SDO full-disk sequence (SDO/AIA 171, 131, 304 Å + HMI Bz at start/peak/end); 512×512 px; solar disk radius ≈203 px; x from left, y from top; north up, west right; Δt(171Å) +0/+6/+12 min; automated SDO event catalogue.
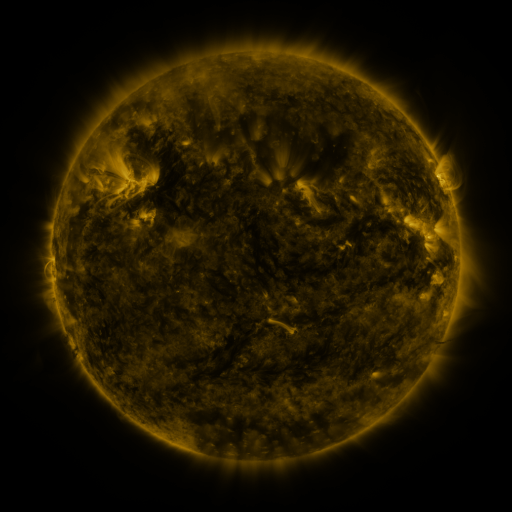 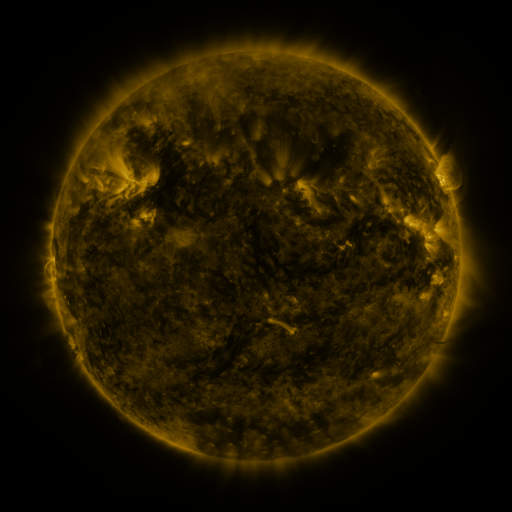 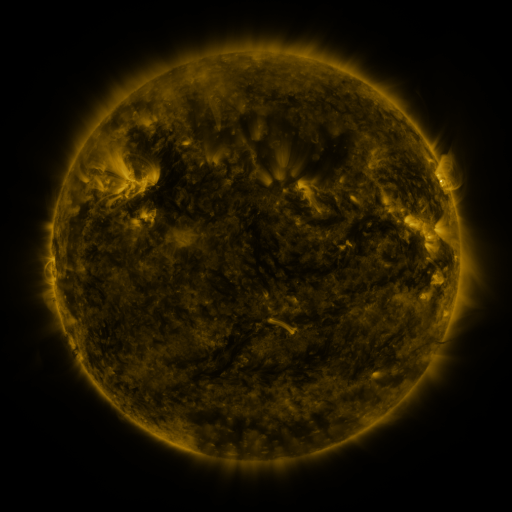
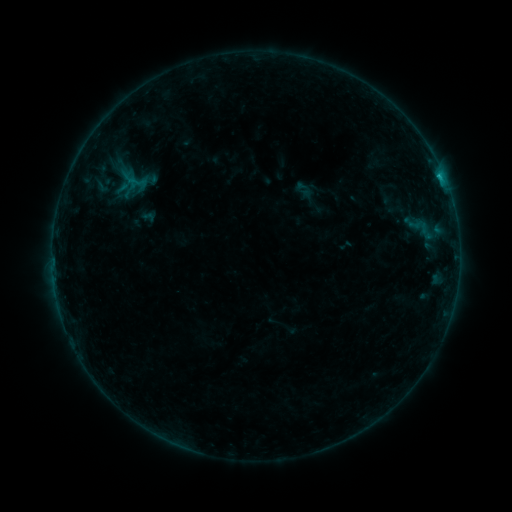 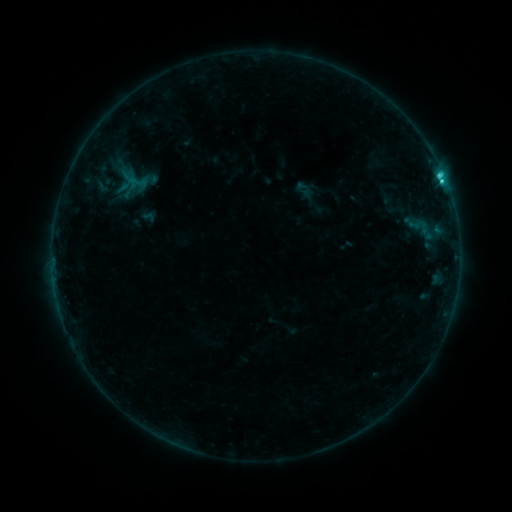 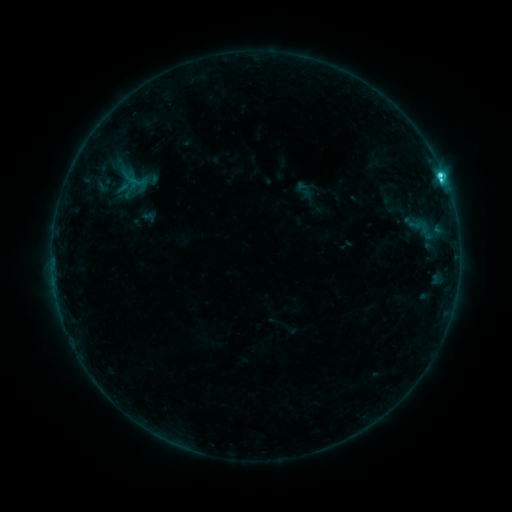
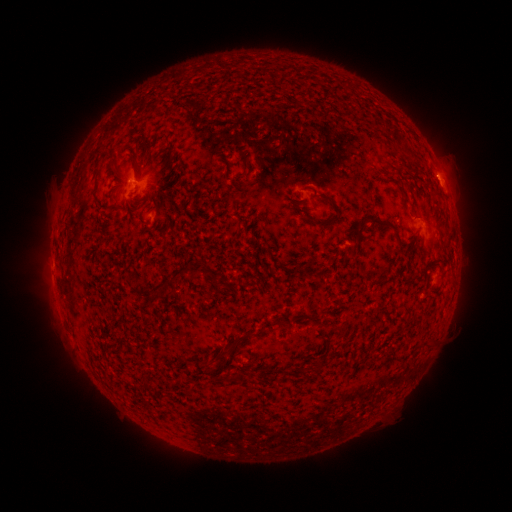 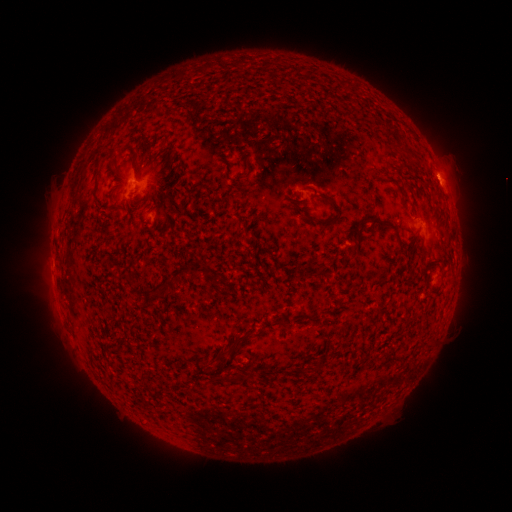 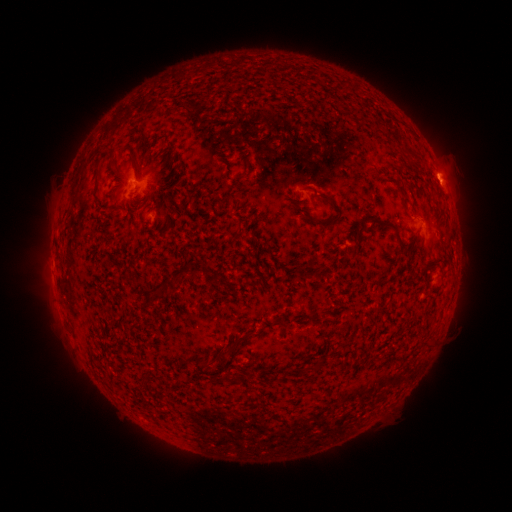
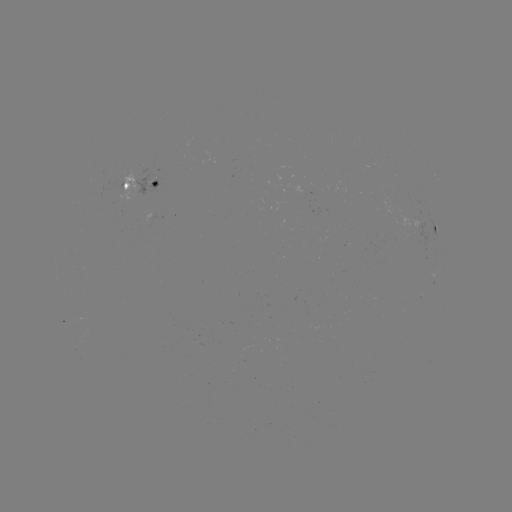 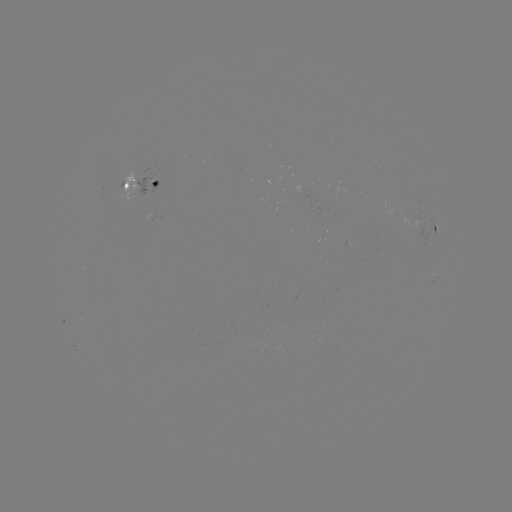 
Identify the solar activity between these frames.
C3.7 flare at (442, 184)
